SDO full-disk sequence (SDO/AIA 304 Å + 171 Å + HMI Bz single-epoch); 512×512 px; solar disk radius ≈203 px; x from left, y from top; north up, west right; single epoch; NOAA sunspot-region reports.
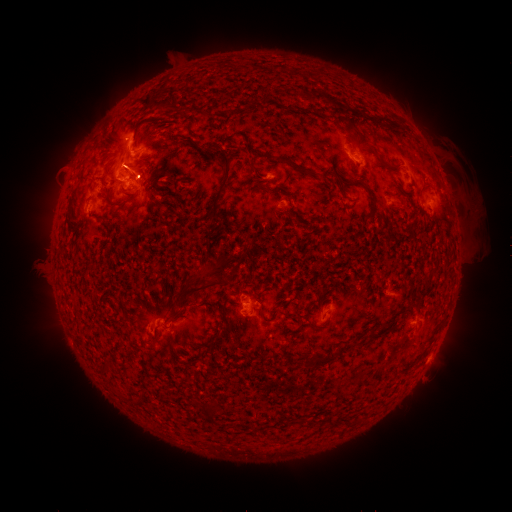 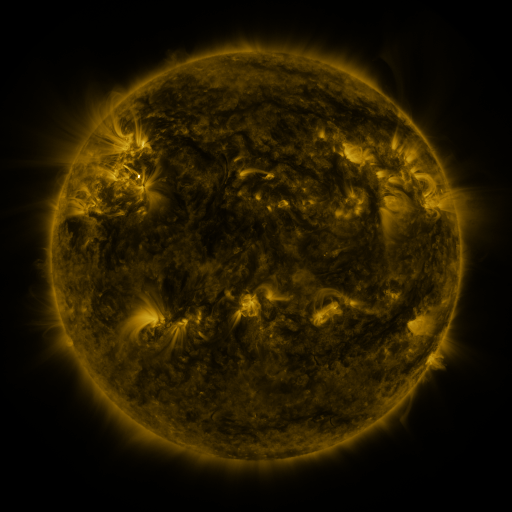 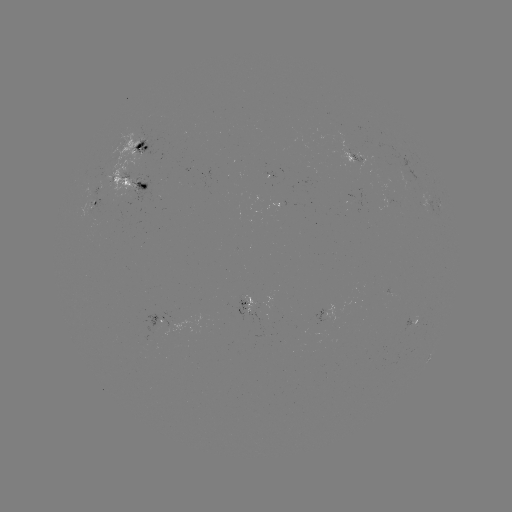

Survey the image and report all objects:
spotted active region: (140, 149)
spotted active region: (357, 160)
spotted active region: (136, 180)
spotted active region: (101, 199)
spotted active region: (390, 204)
spotted active region: (435, 209)
spotted active region: (249, 306)
spotted active region: (164, 321)
spotted active region: (409, 326)
